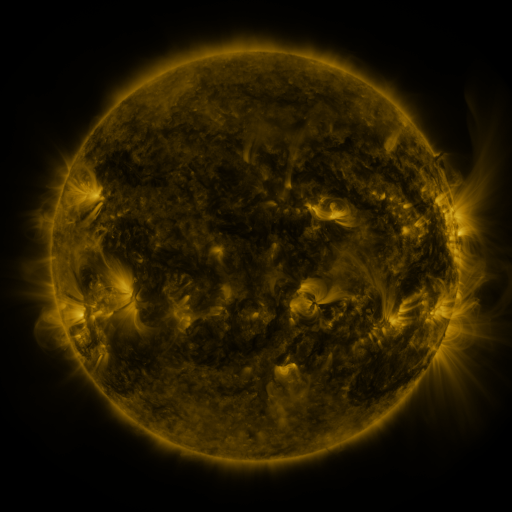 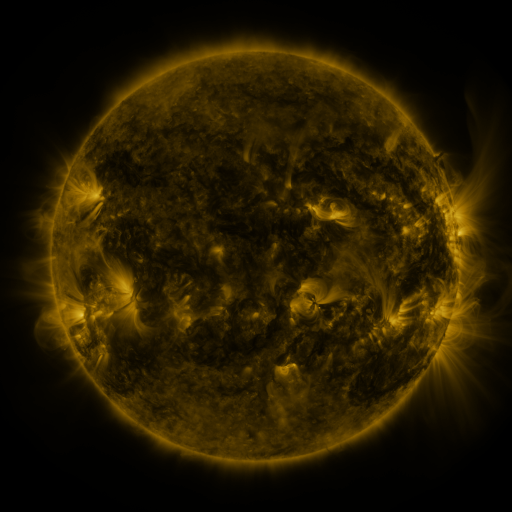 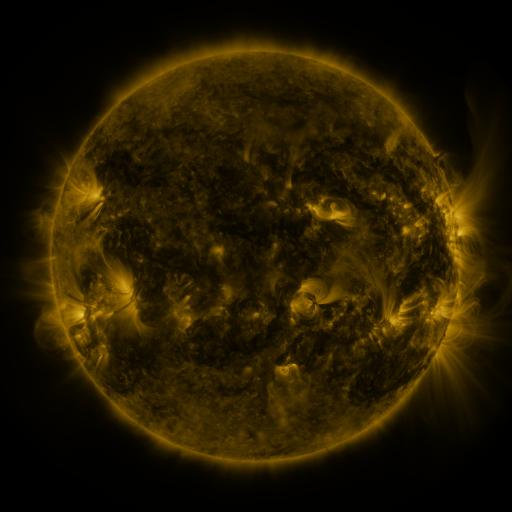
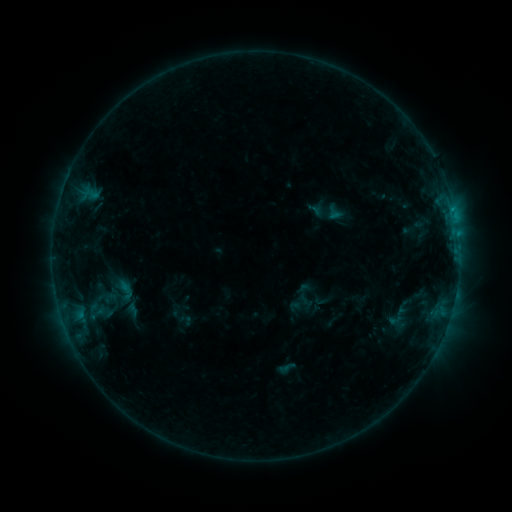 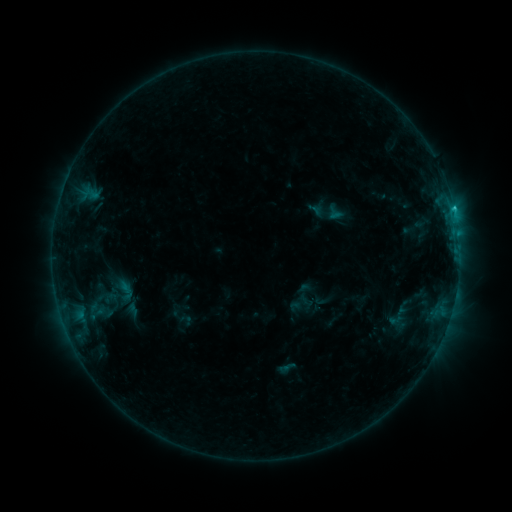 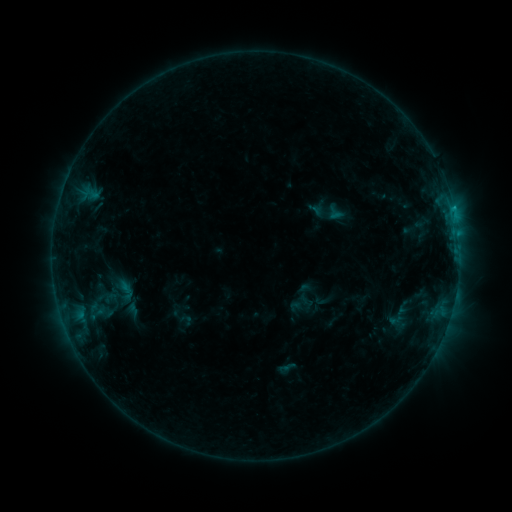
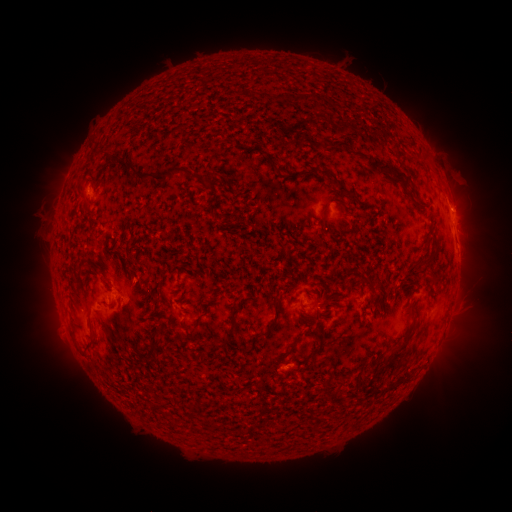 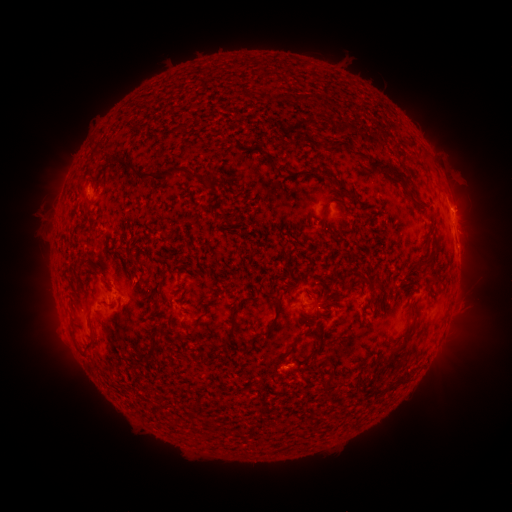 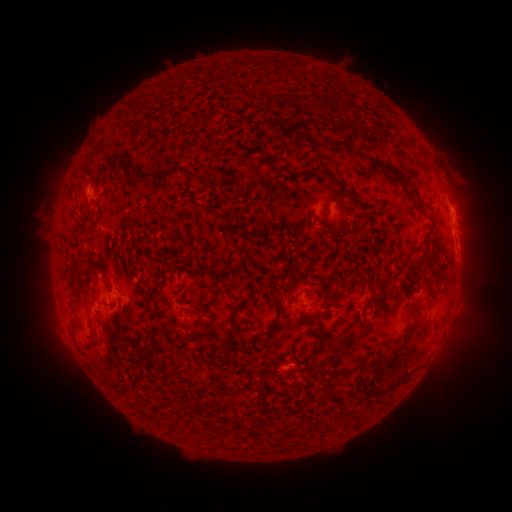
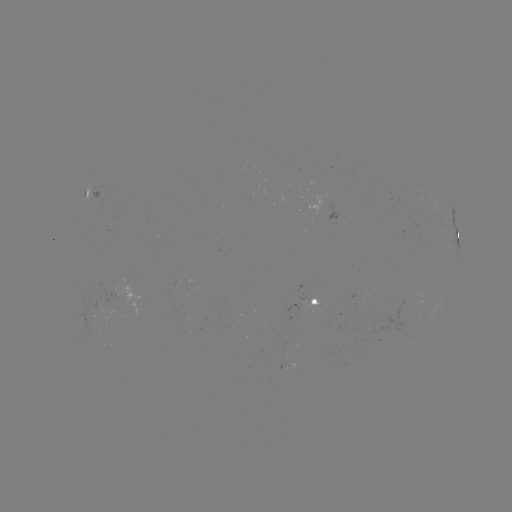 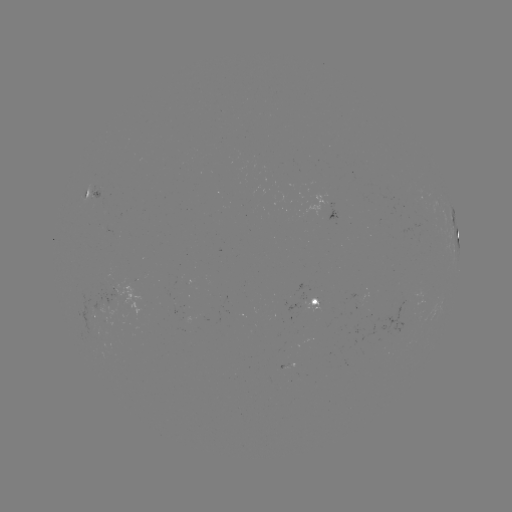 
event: flare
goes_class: B7.8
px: (453, 210)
